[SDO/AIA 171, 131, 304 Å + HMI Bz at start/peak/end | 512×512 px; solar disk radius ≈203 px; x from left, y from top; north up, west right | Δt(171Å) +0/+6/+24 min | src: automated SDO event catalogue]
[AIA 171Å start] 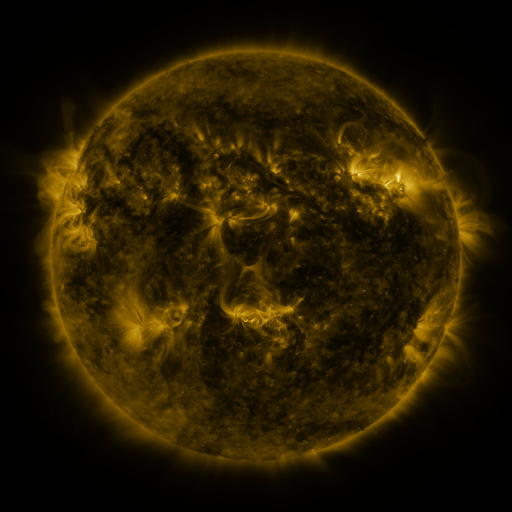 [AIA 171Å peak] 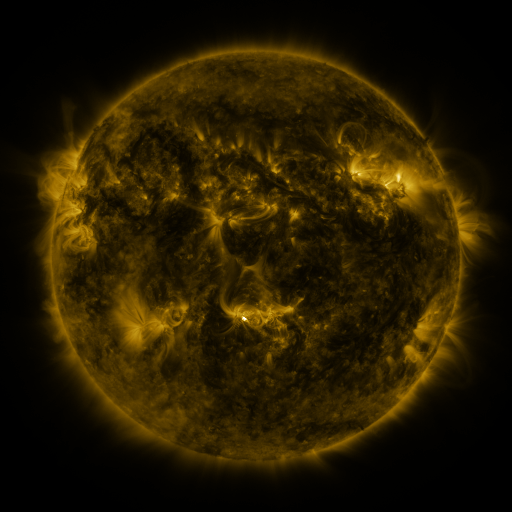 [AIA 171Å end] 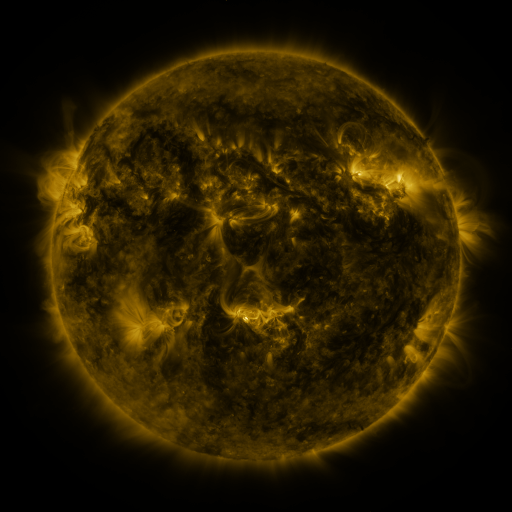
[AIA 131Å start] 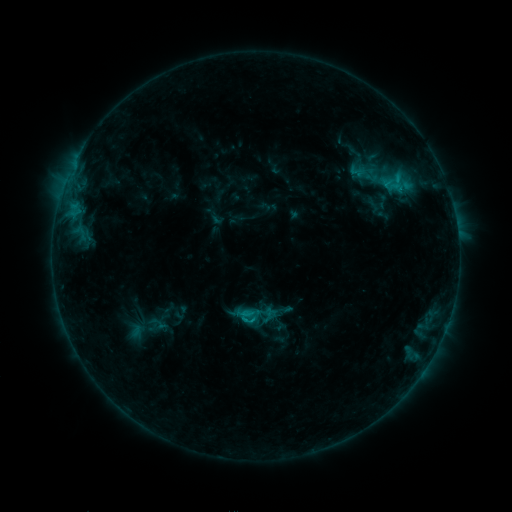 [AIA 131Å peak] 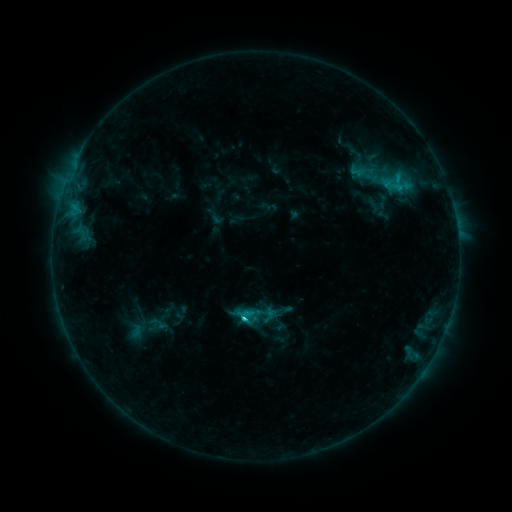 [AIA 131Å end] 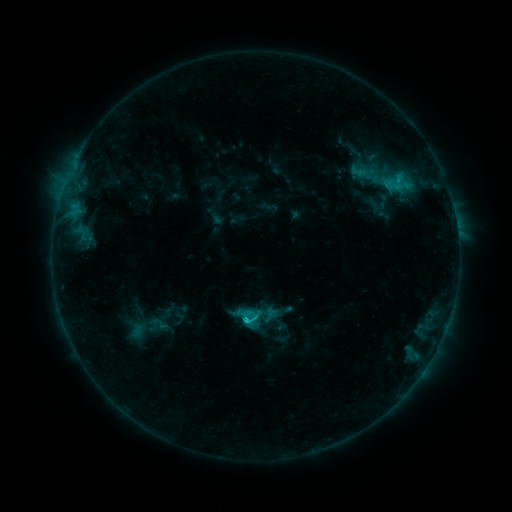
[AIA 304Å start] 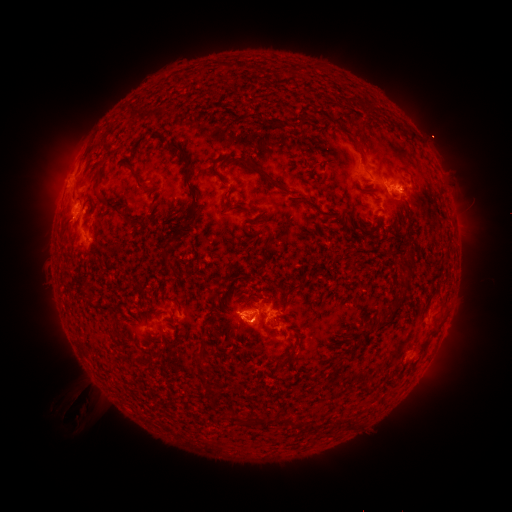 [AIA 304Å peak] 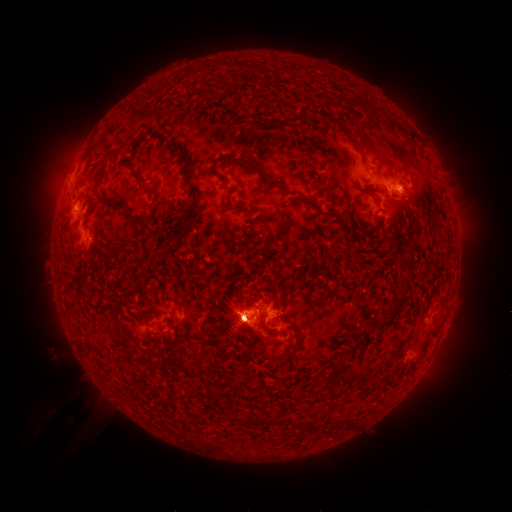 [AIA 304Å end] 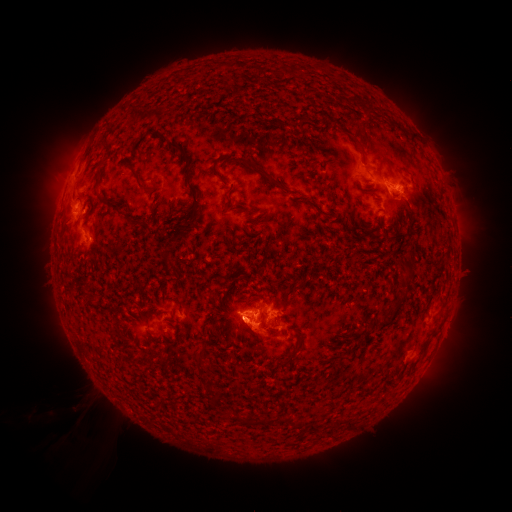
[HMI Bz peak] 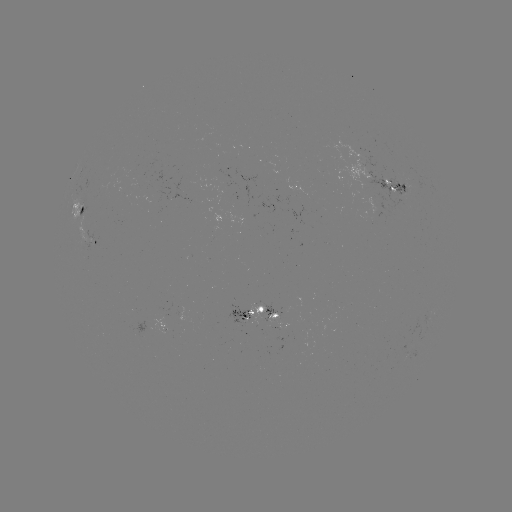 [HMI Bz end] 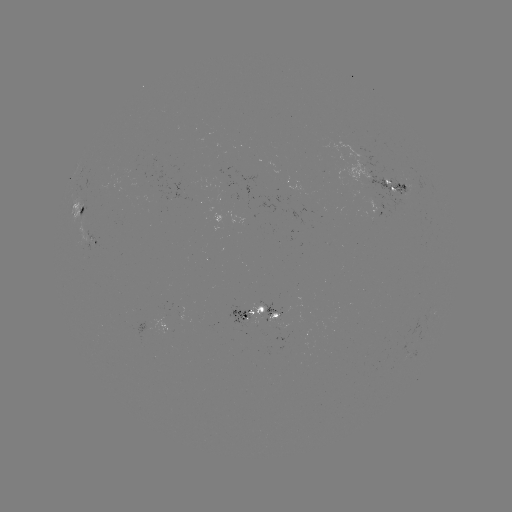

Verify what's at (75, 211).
C3.1 flare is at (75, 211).